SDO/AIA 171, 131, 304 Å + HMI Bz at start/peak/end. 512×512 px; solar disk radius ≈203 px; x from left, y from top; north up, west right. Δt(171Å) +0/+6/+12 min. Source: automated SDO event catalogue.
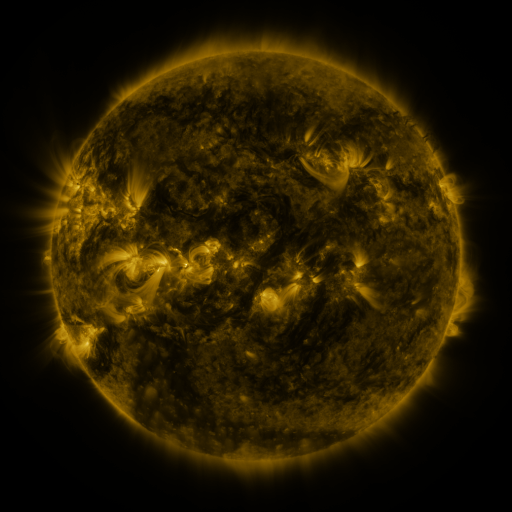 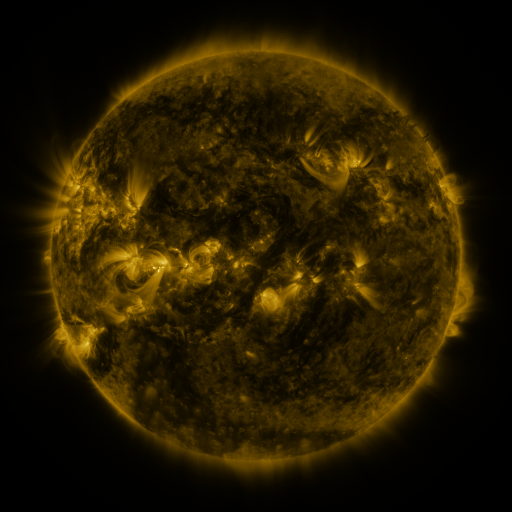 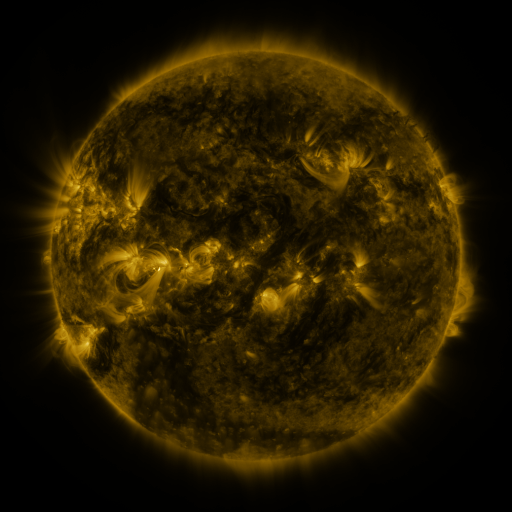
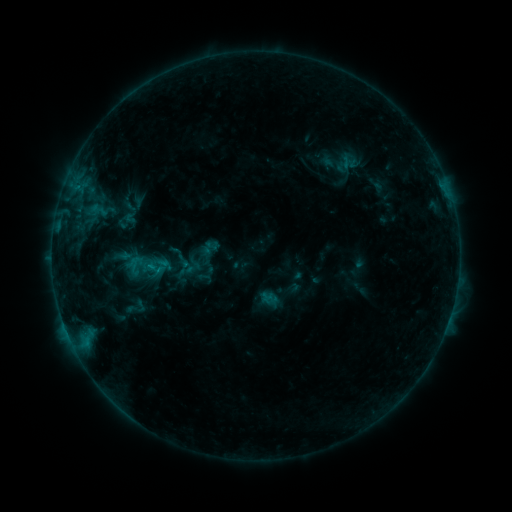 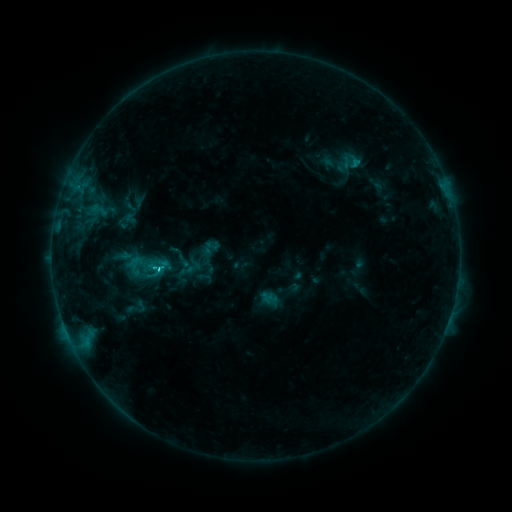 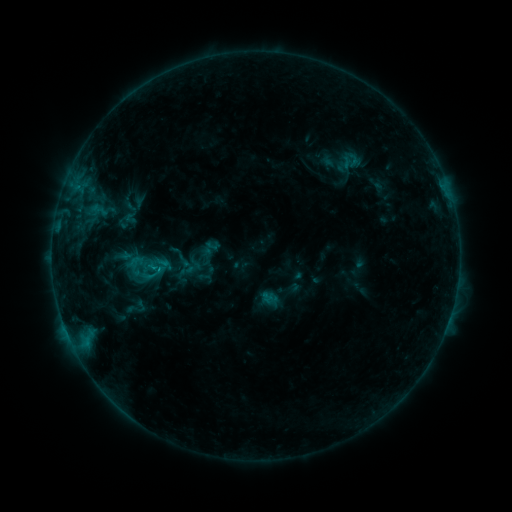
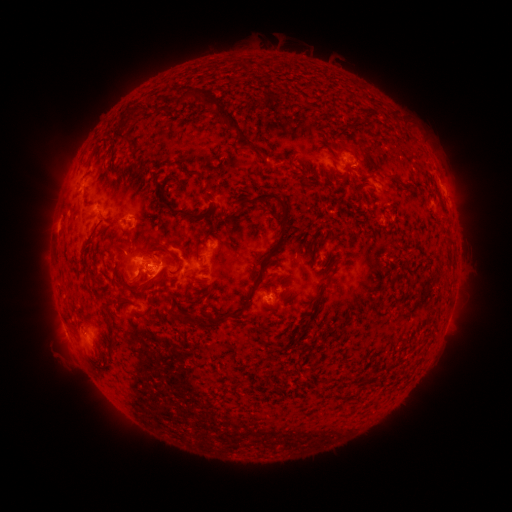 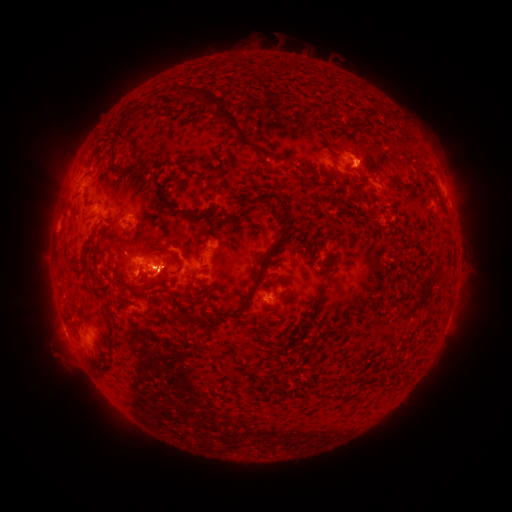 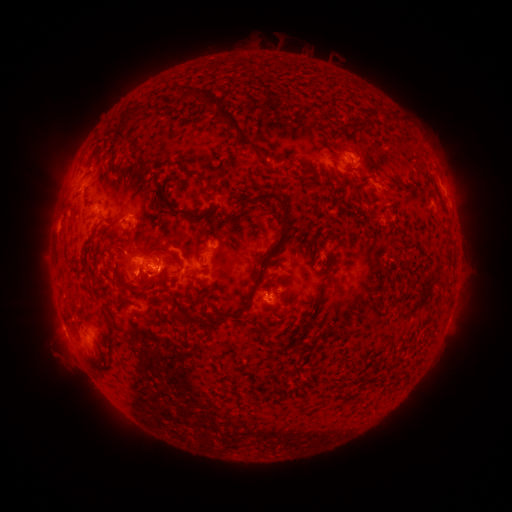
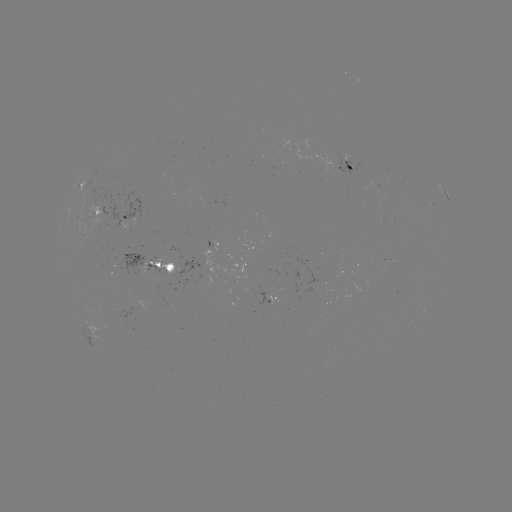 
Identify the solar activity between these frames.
C1.3 flare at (354, 167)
